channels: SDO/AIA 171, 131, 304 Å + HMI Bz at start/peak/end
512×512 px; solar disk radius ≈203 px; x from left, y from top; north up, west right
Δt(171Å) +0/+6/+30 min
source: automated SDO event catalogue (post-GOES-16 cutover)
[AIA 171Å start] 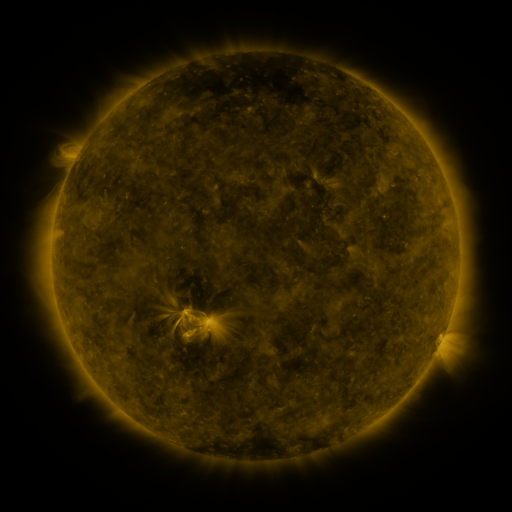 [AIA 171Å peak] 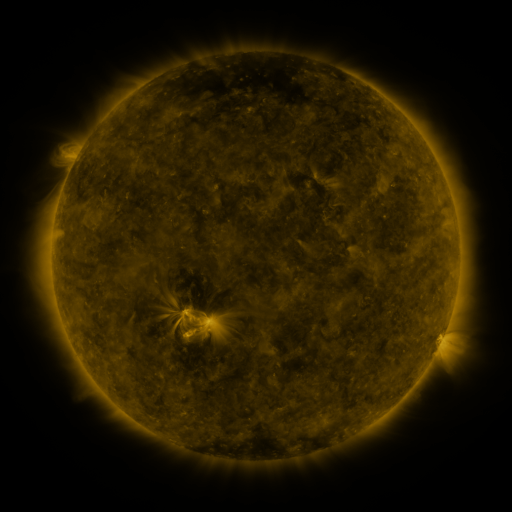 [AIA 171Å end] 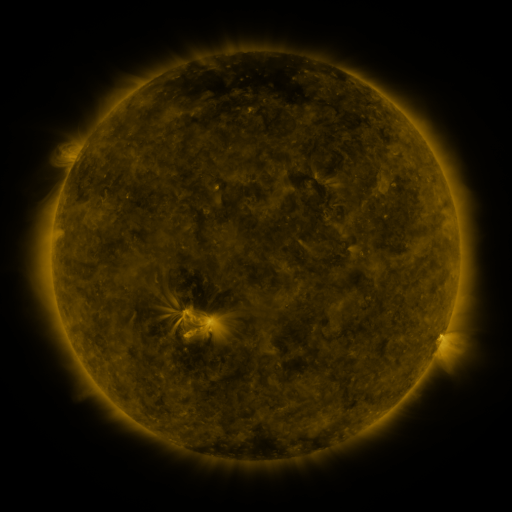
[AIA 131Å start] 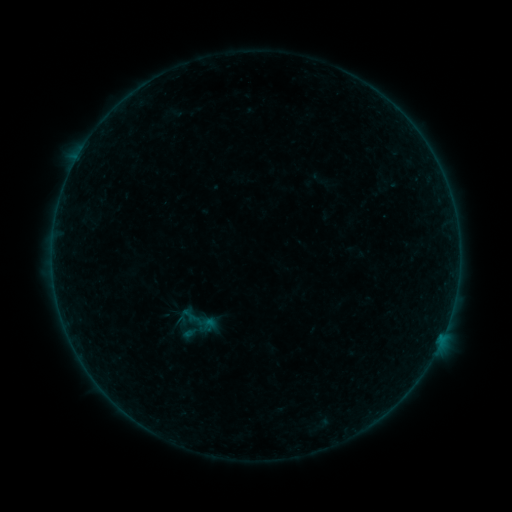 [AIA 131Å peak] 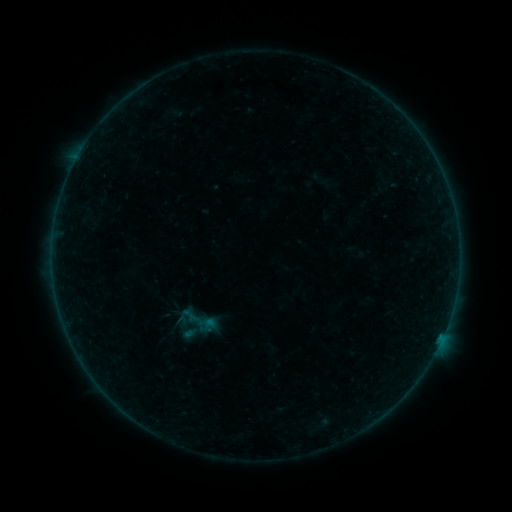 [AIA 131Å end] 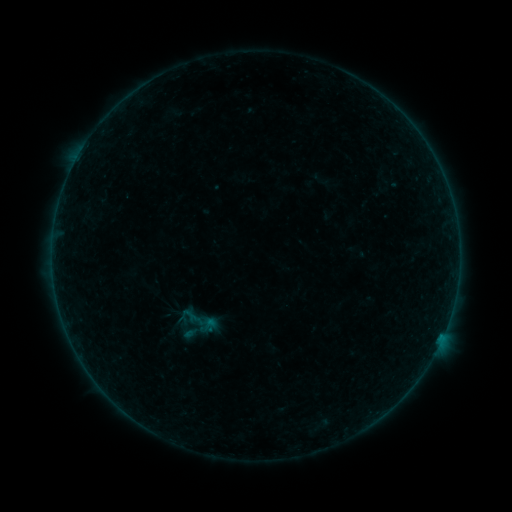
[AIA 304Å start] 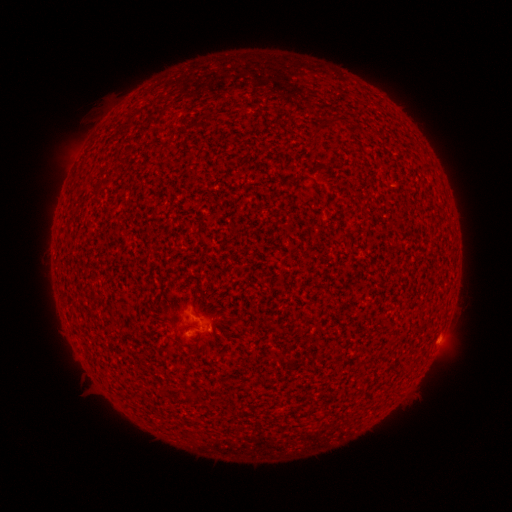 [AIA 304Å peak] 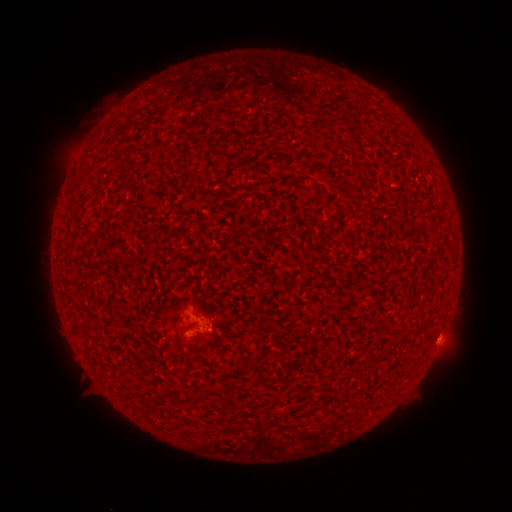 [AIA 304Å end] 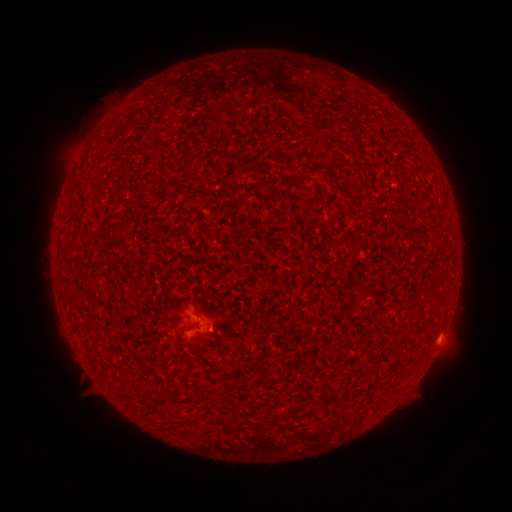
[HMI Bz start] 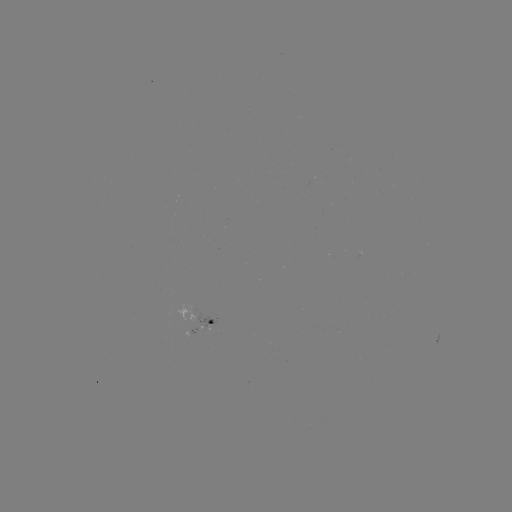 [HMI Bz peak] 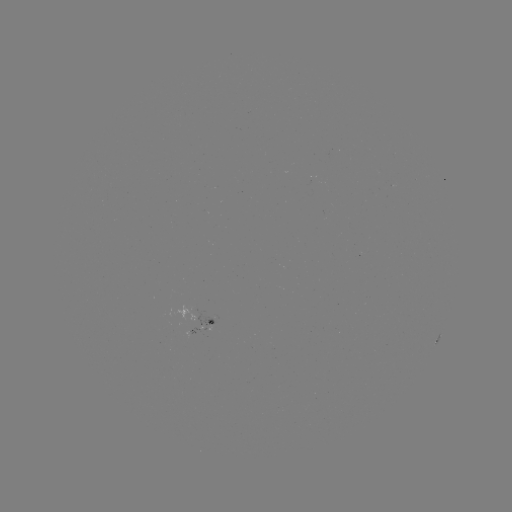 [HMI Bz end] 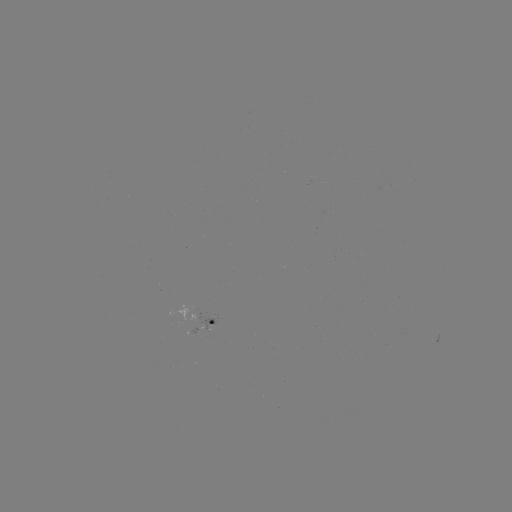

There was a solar flare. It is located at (440, 335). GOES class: A9.5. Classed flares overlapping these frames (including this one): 1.